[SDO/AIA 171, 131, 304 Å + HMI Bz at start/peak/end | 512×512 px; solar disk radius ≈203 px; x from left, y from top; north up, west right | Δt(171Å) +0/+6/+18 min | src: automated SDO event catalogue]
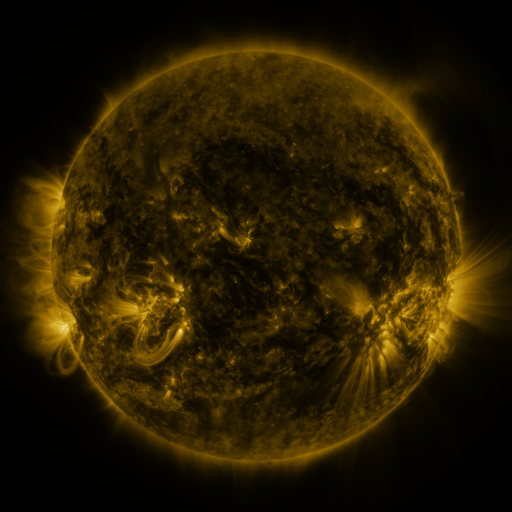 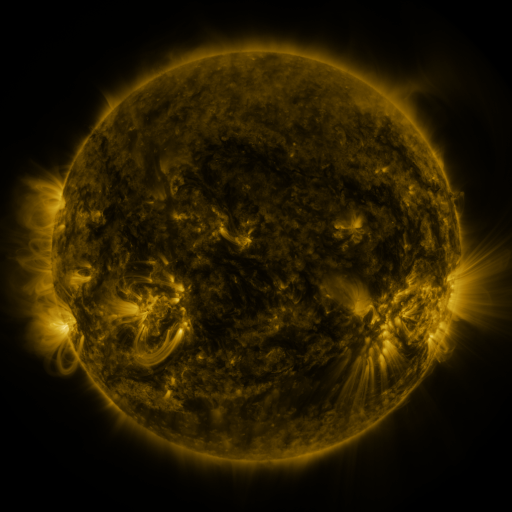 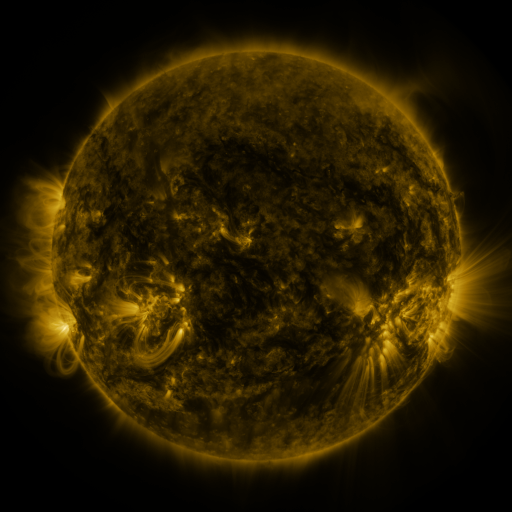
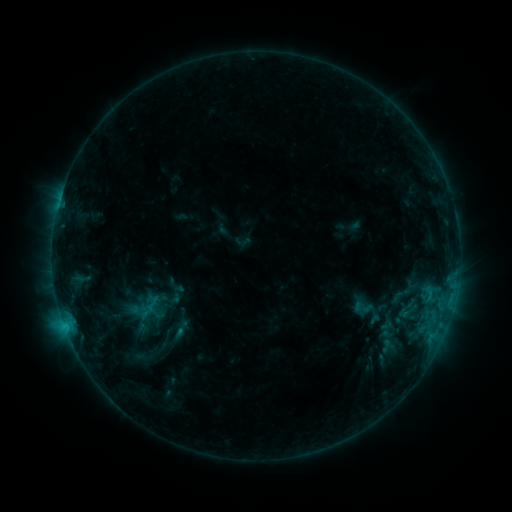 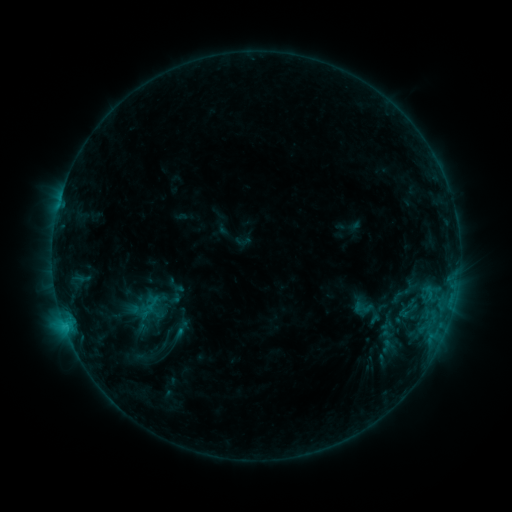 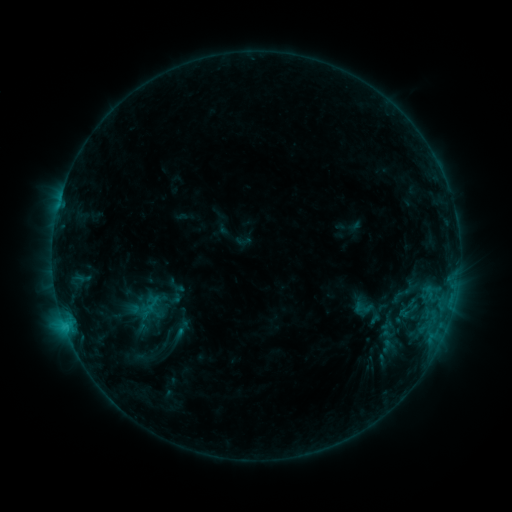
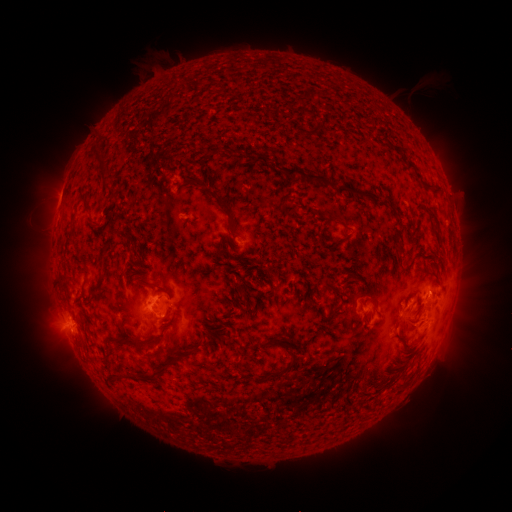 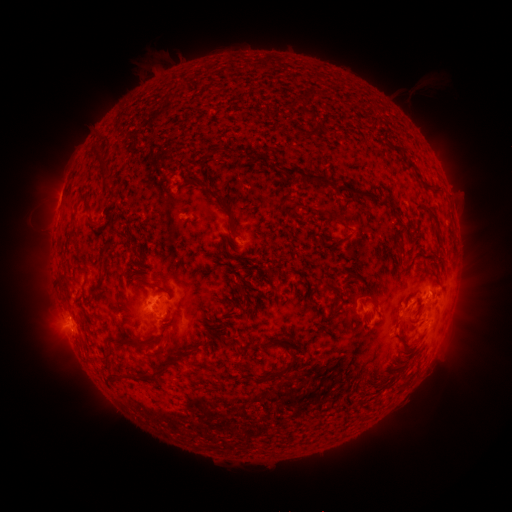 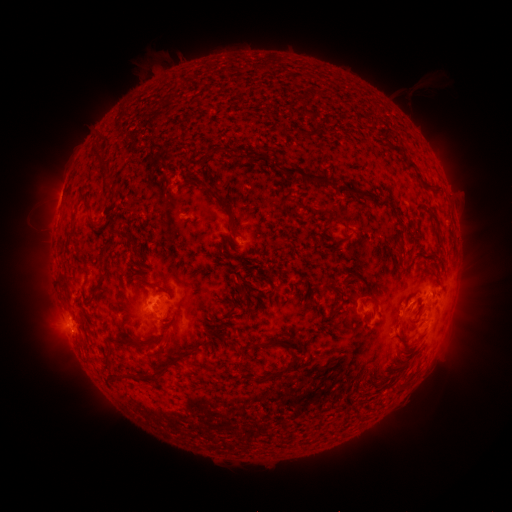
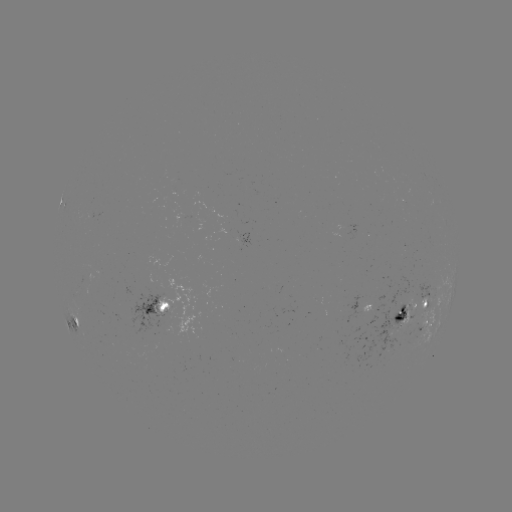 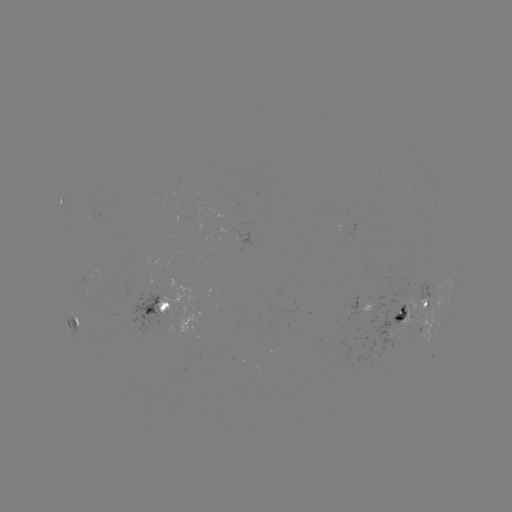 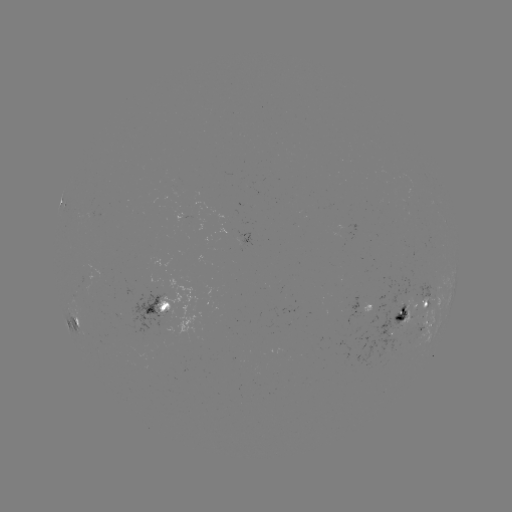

no flare in any classed list; no EUV-trigger detection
